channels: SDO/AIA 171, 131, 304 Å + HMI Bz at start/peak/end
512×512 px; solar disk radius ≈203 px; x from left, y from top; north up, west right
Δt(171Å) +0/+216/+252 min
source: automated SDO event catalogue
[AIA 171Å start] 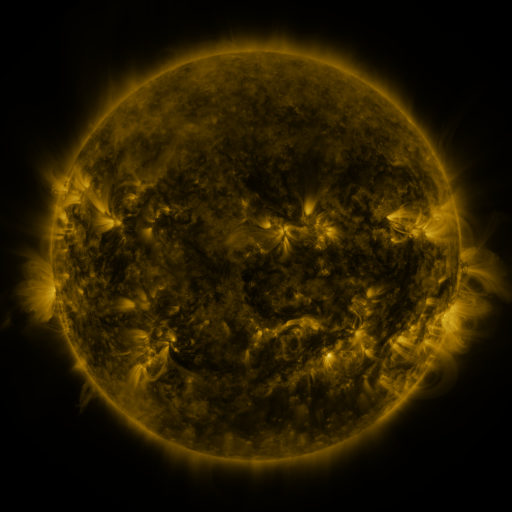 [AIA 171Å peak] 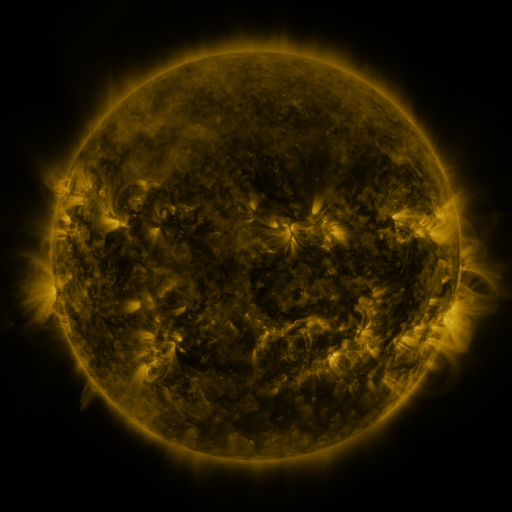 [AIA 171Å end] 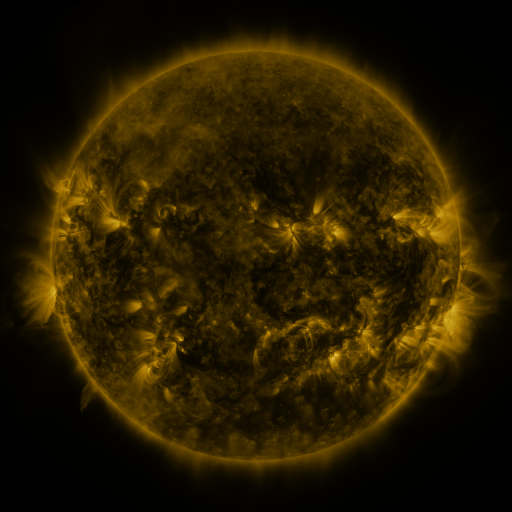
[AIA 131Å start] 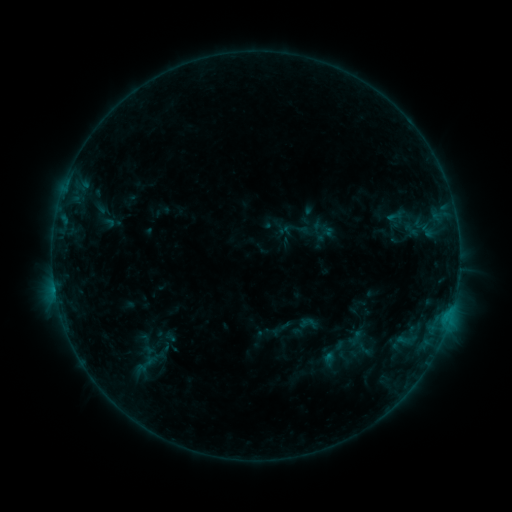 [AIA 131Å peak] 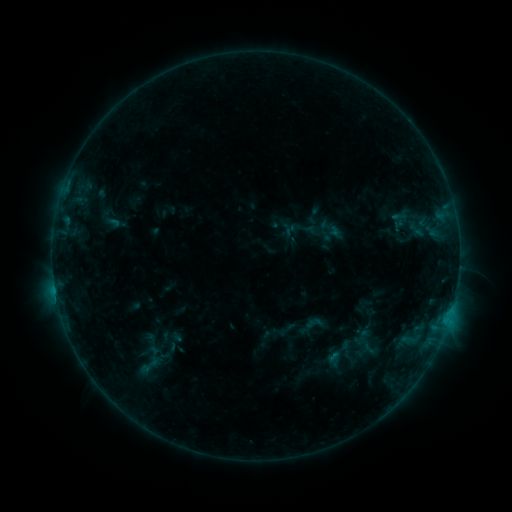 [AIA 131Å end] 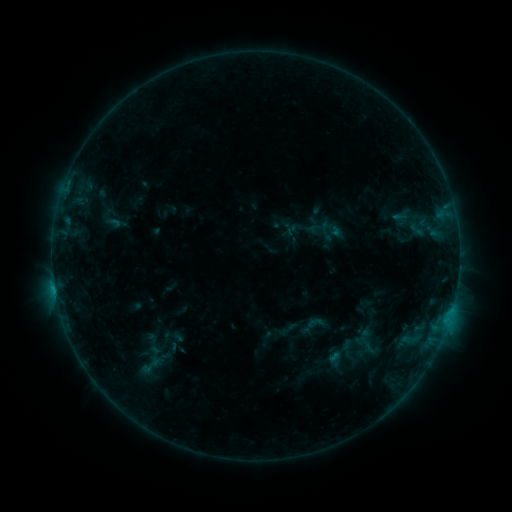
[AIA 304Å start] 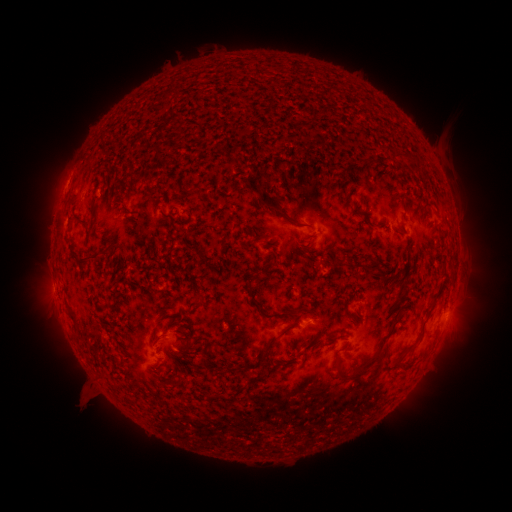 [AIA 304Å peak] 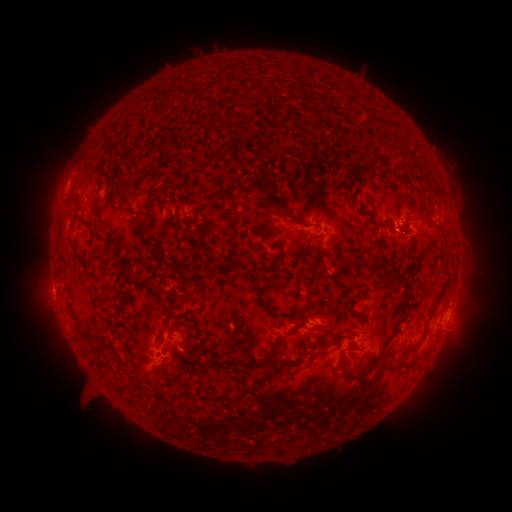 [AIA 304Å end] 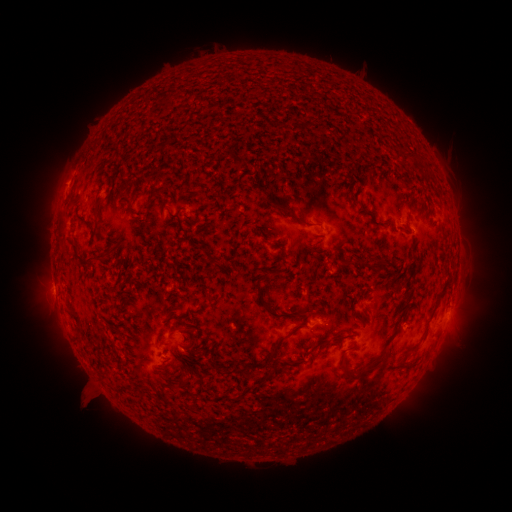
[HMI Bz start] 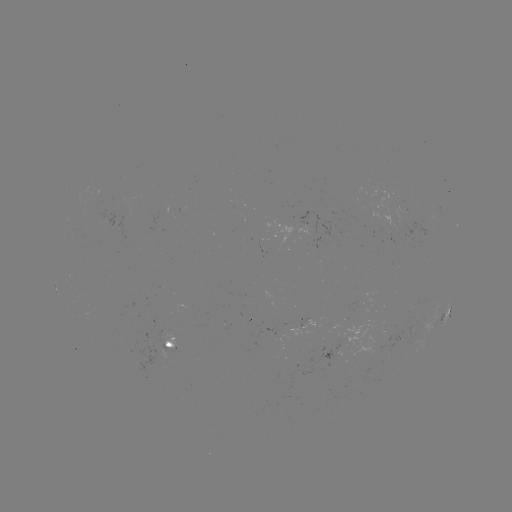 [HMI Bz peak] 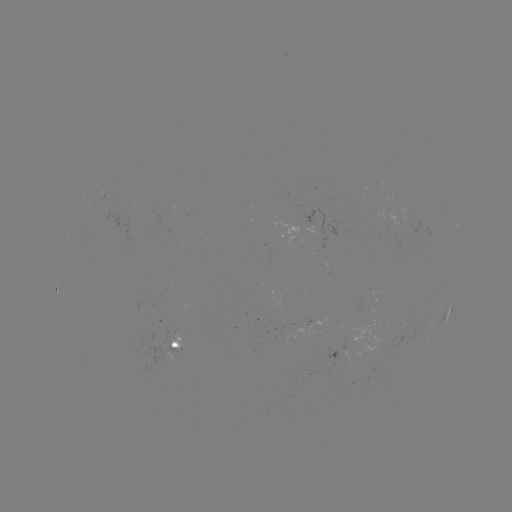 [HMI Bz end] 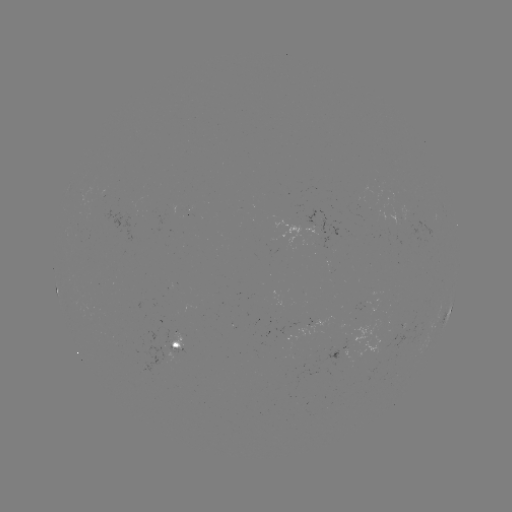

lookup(emerging-flux region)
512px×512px [180, 340]